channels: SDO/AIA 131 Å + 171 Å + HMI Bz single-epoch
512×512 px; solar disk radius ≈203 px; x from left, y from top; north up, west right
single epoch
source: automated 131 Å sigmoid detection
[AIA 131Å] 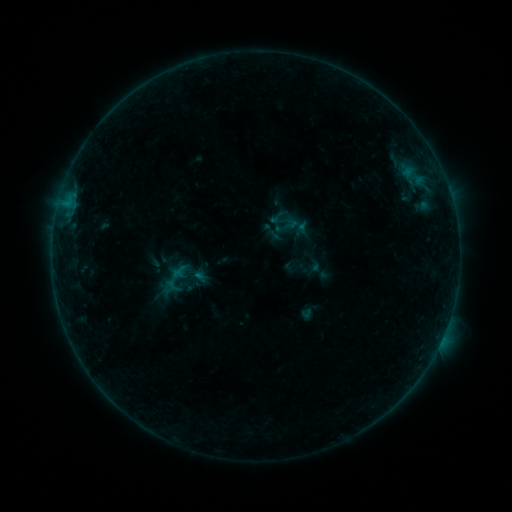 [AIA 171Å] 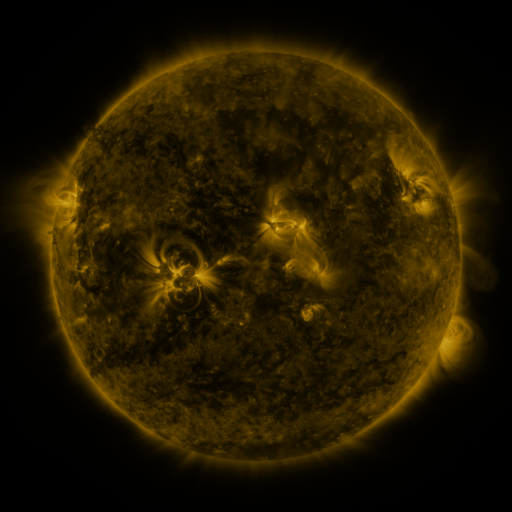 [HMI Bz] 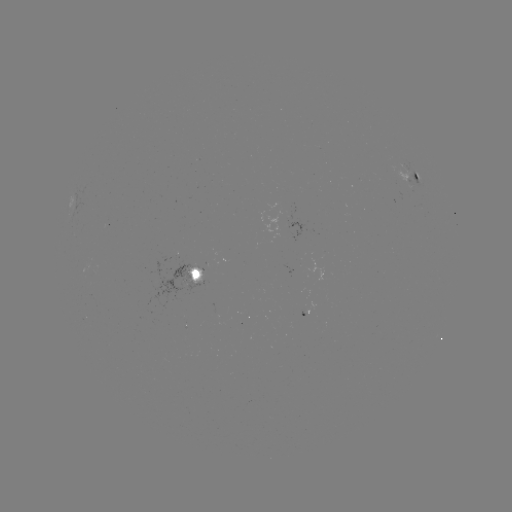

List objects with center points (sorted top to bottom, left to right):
sigmoid: <bbox>274, 213, 300, 238</bbox>
